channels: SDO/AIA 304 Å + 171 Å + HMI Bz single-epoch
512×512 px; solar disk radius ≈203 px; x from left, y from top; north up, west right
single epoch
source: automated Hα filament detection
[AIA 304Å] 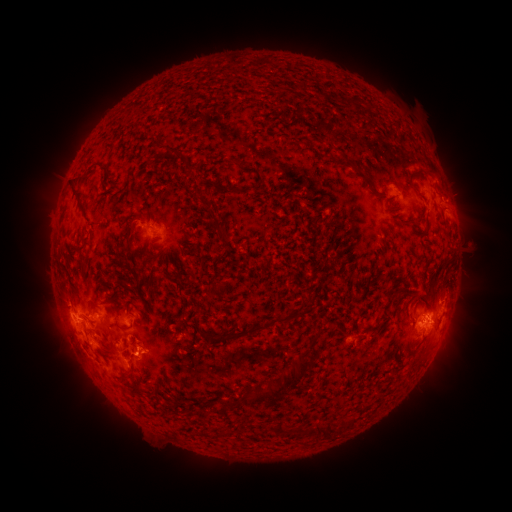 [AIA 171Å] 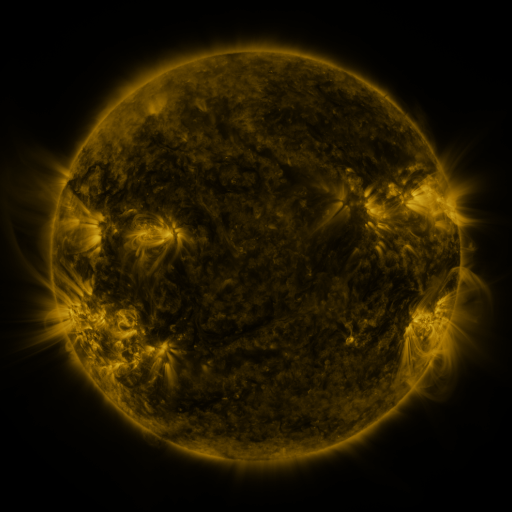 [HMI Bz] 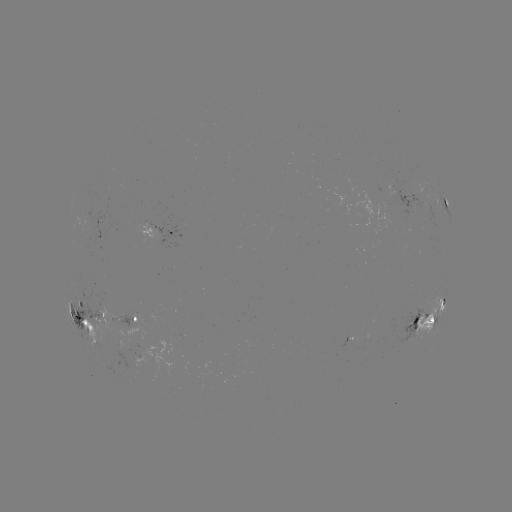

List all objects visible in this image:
filament: (297, 87)
filament: (352, 99)
filament: (354, 165)
filament: (189, 169)
filament: (226, 191)
filament: (78, 203)
filament: (211, 214)
filament: (405, 220)
filament: (130, 231)
filament: (220, 232)
filament: (79, 252)
filament: (121, 283)
filament: (211, 295)
filament: (431, 303)
filament: (106, 304)
filament: (265, 326)
filament: (121, 328)
filament: (131, 378)
filament: (287, 387)
filament: (136, 393)
filament: (236, 404)
filament: (292, 431)
filament: (327, 431)
